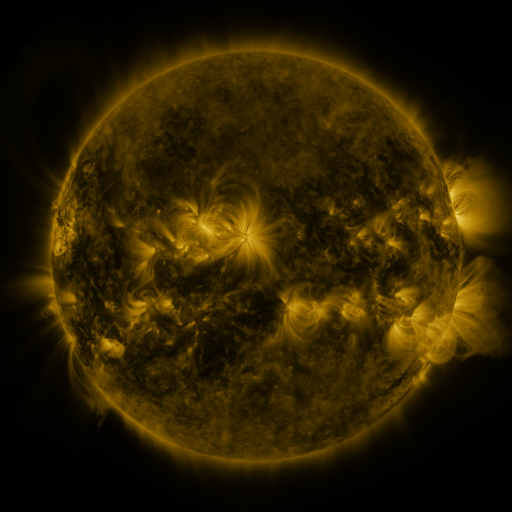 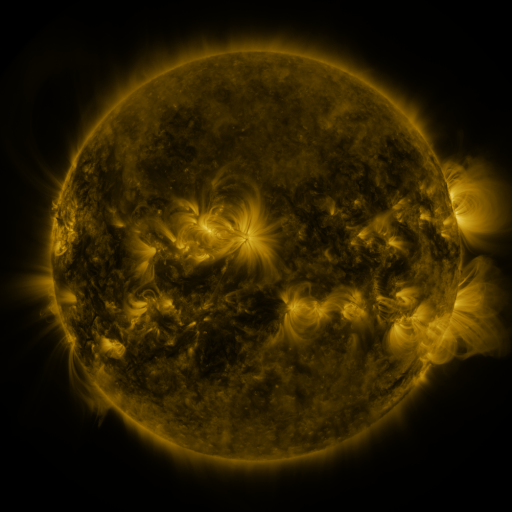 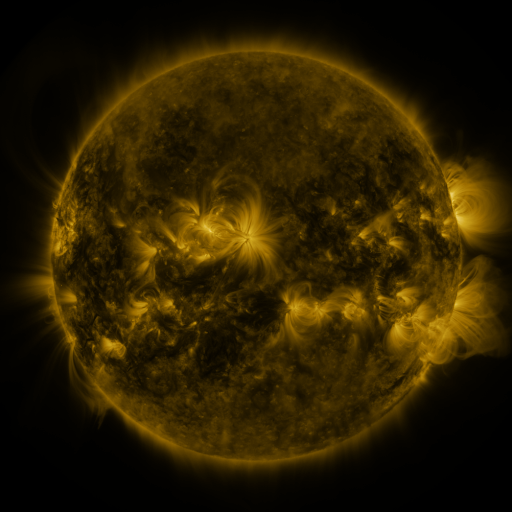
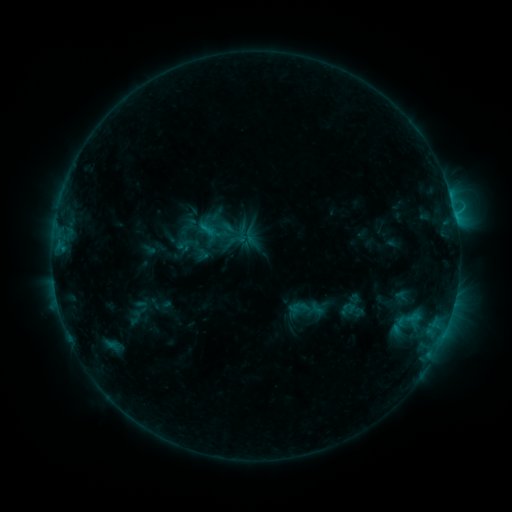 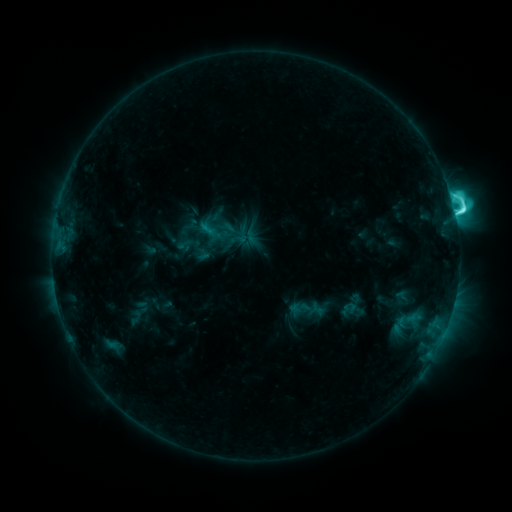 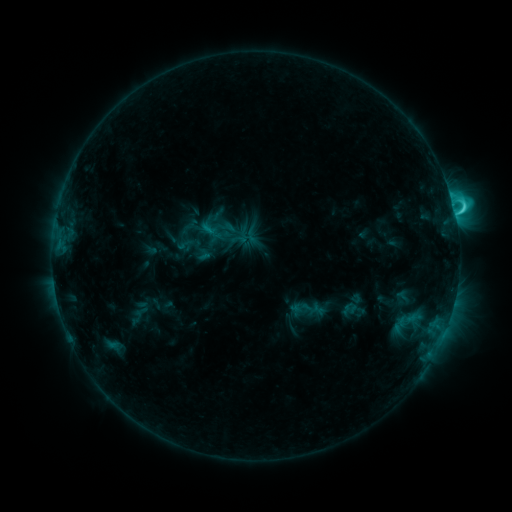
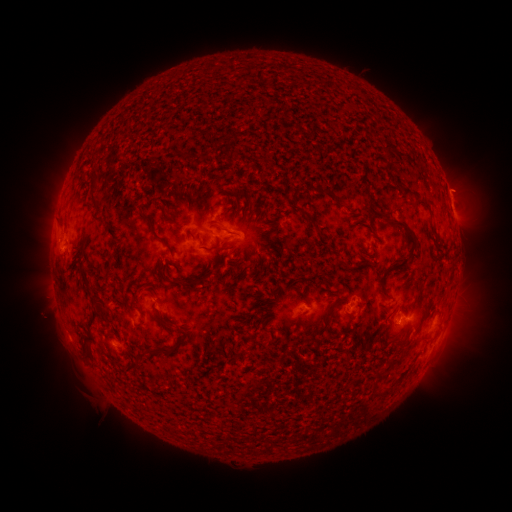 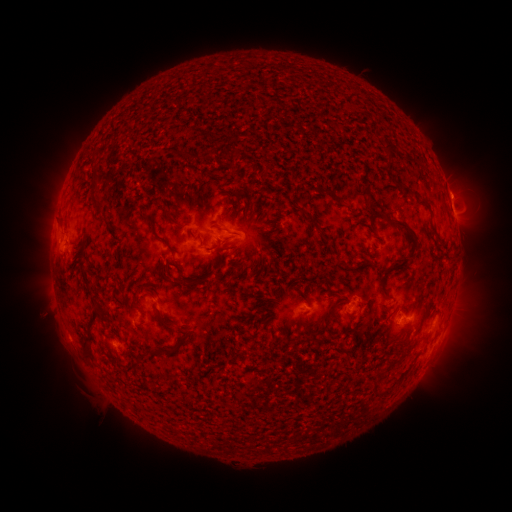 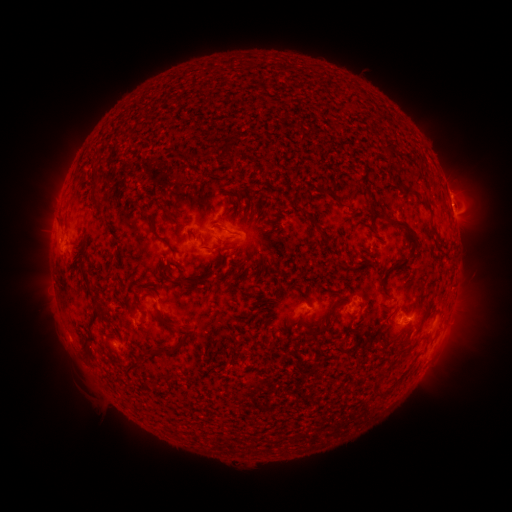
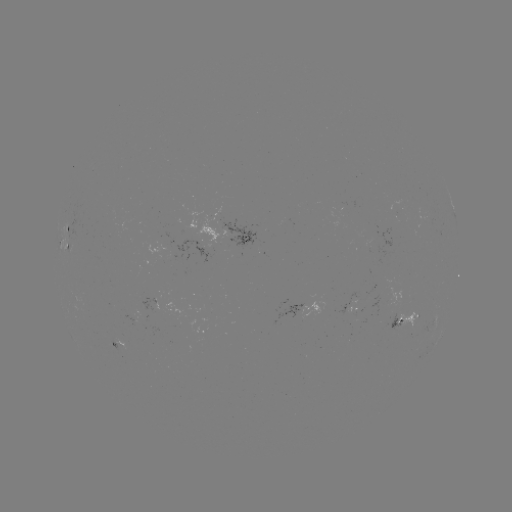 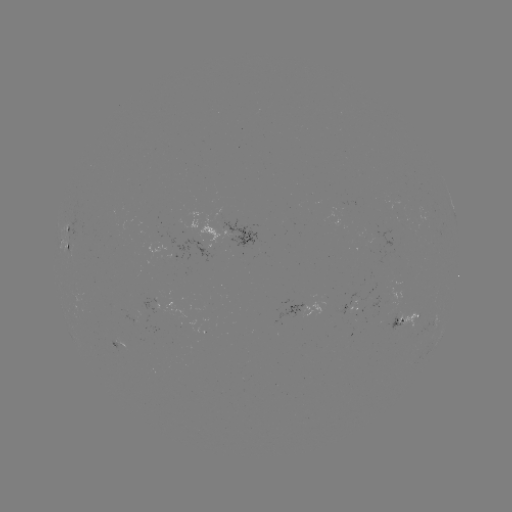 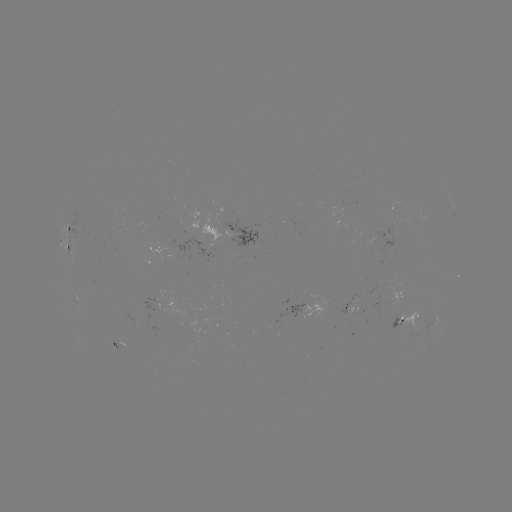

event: flare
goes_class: C7.5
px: (454, 214)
